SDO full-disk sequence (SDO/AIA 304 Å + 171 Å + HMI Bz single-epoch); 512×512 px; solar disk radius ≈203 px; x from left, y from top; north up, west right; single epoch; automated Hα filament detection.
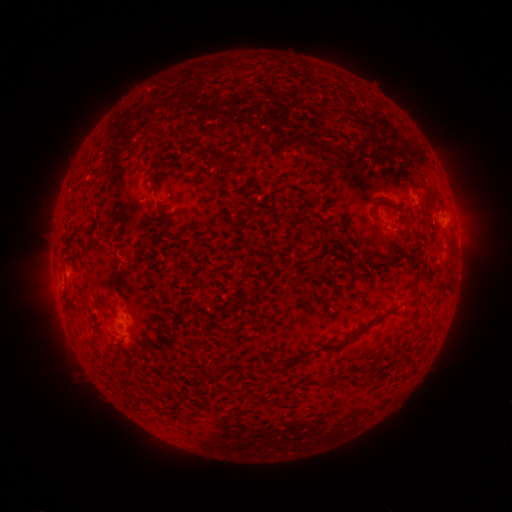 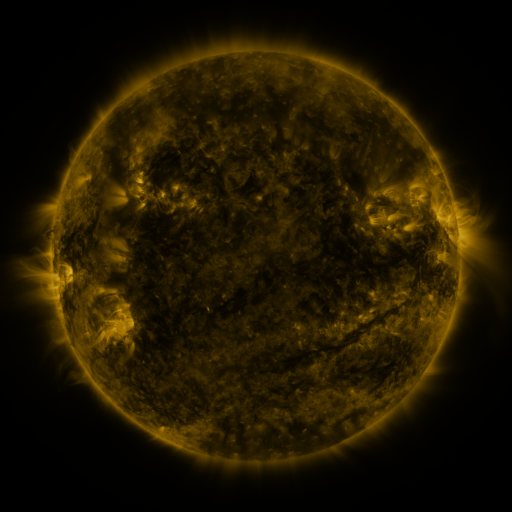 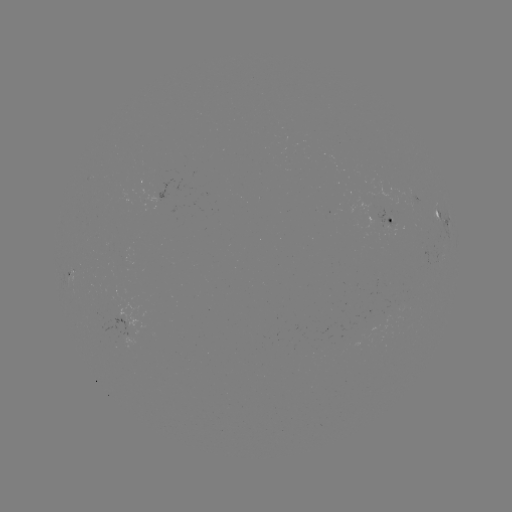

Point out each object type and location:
filament: [208, 145, 248, 176]
filament: [152, 179, 158, 191]
filament: [373, 197, 390, 216]
filament: [236, 199, 259, 215]
filament: [69, 254, 78, 271]
filament: [438, 278, 448, 289]
filament: [257, 285, 272, 293]
filament: [412, 285, 422, 301]
filament: [183, 306, 197, 314]
filament: [348, 313, 387, 342]
filament: [306, 346, 334, 355]
